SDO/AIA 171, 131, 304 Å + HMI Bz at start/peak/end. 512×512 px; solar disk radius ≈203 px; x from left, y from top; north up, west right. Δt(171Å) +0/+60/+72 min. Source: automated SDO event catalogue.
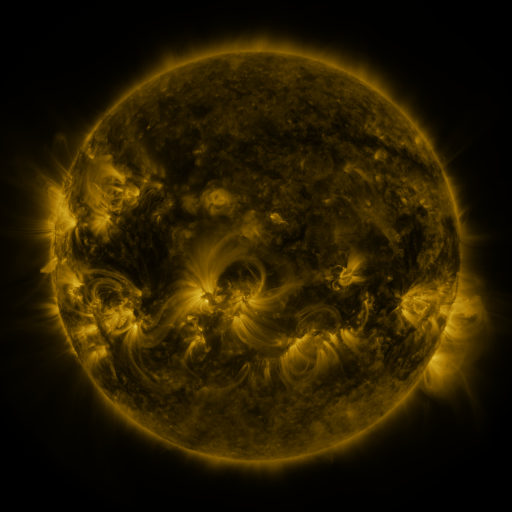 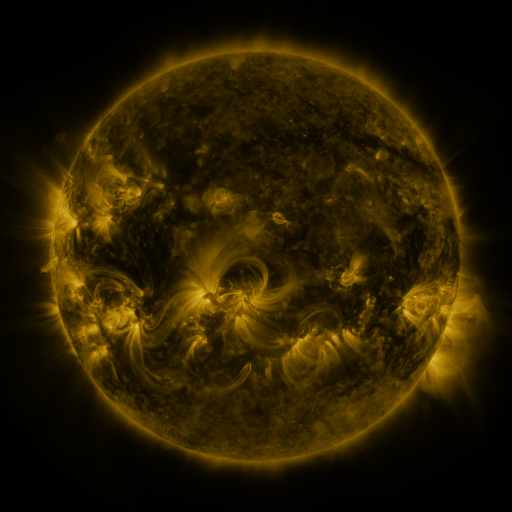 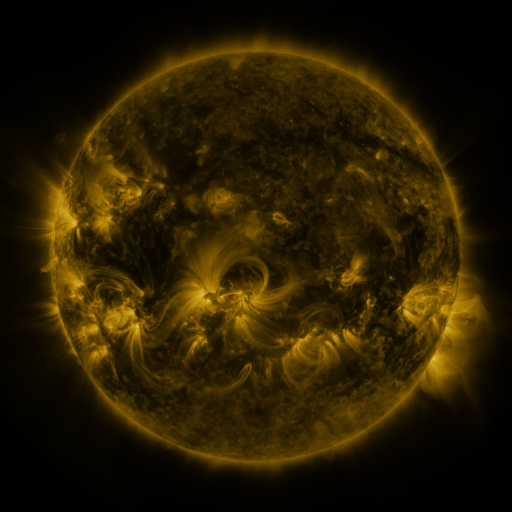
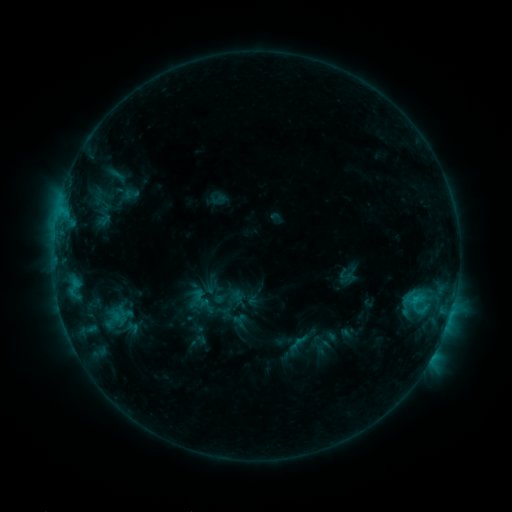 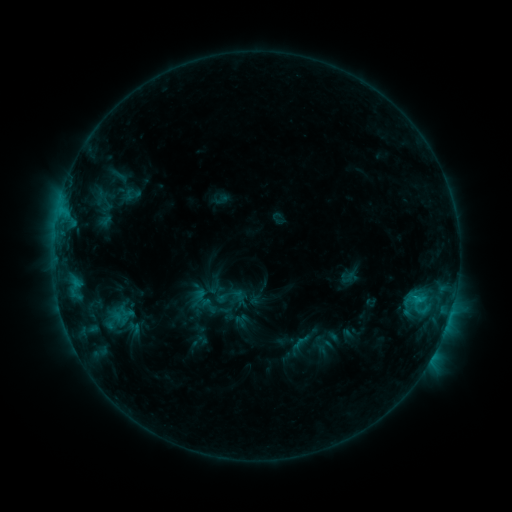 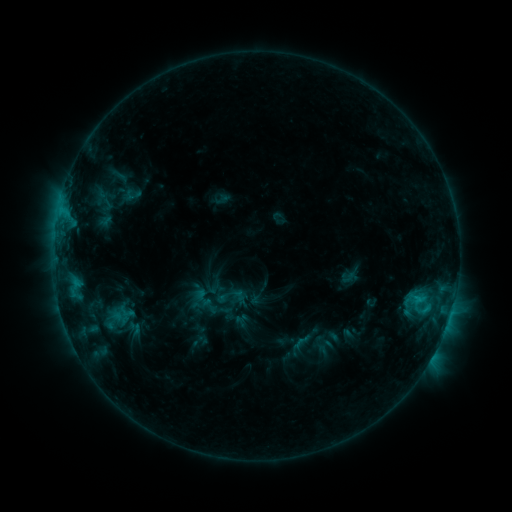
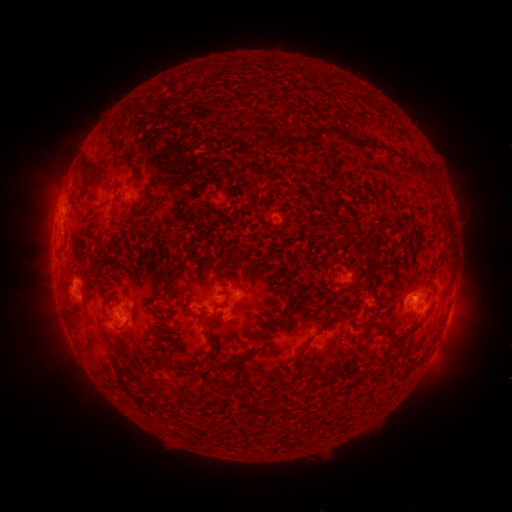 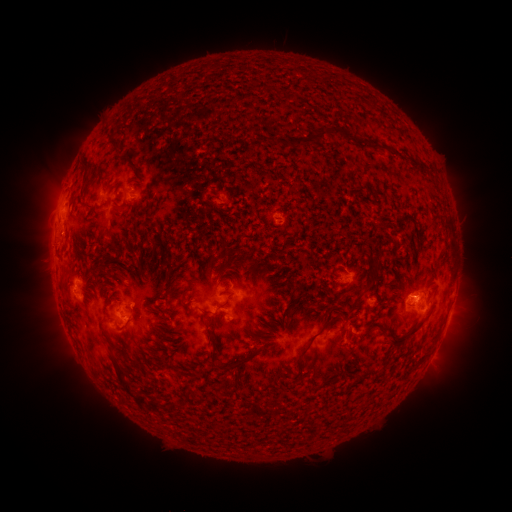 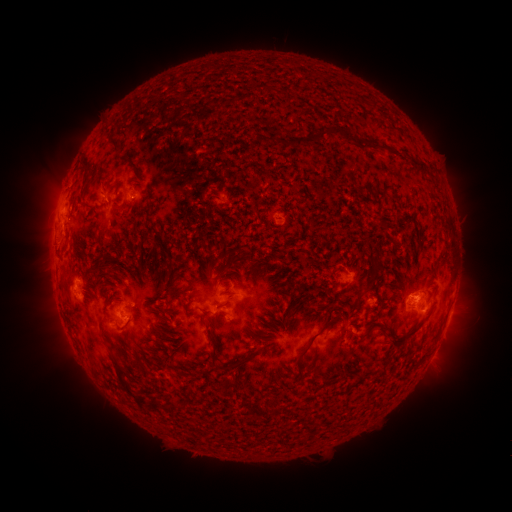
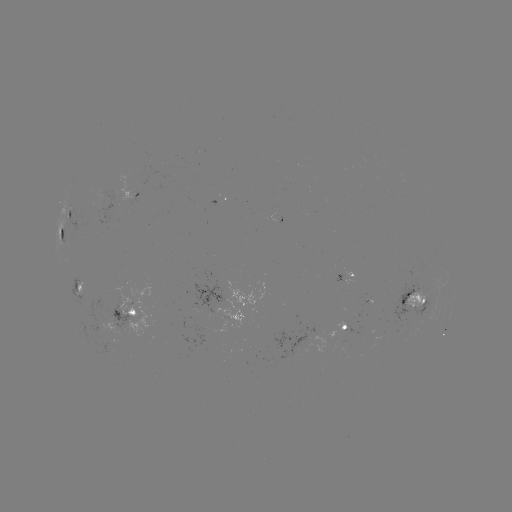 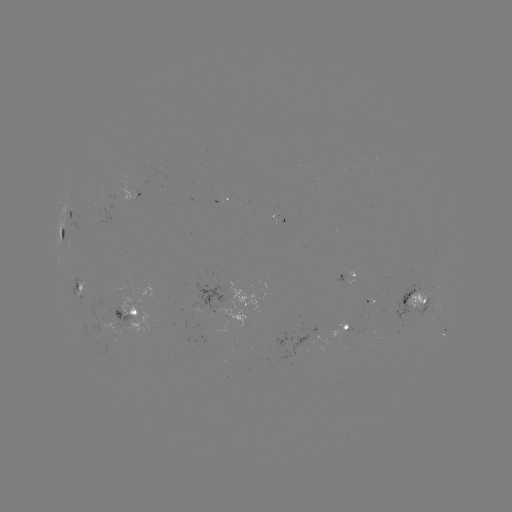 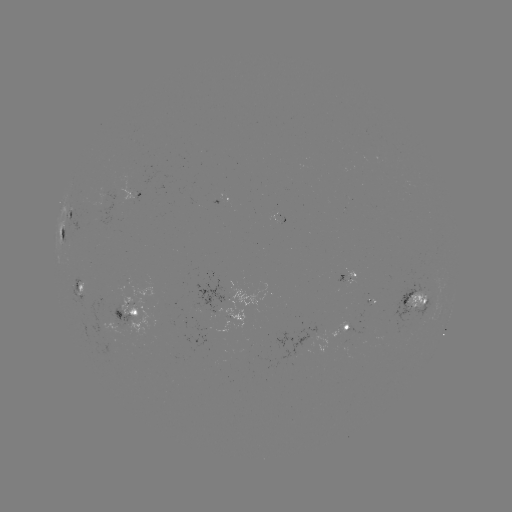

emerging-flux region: [274, 328, 318, 362]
